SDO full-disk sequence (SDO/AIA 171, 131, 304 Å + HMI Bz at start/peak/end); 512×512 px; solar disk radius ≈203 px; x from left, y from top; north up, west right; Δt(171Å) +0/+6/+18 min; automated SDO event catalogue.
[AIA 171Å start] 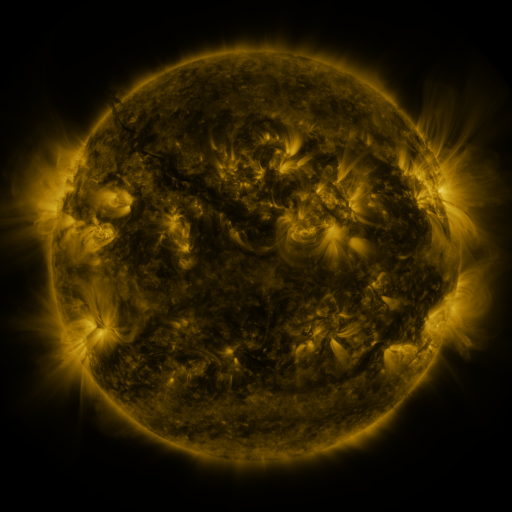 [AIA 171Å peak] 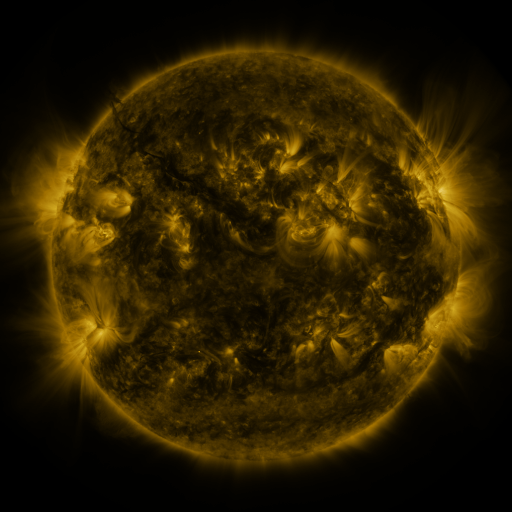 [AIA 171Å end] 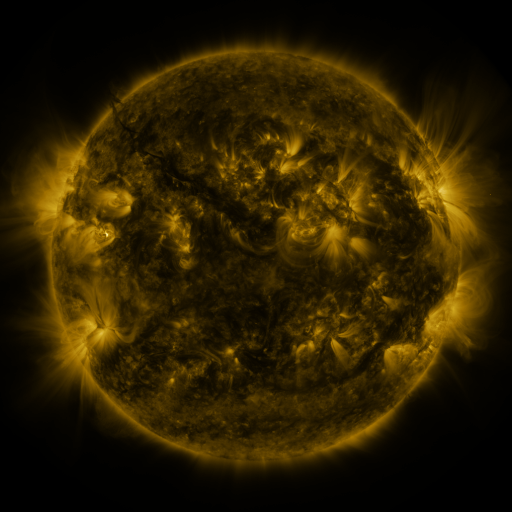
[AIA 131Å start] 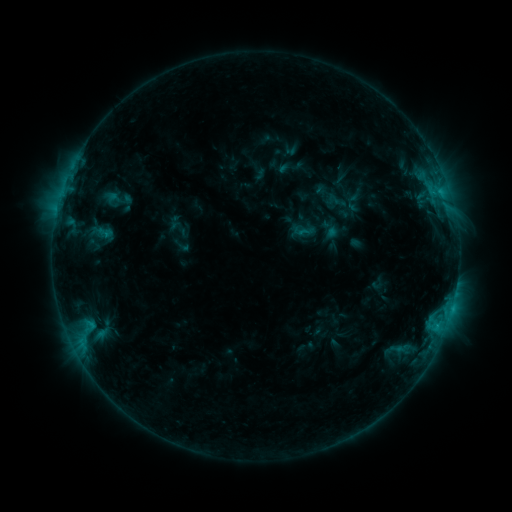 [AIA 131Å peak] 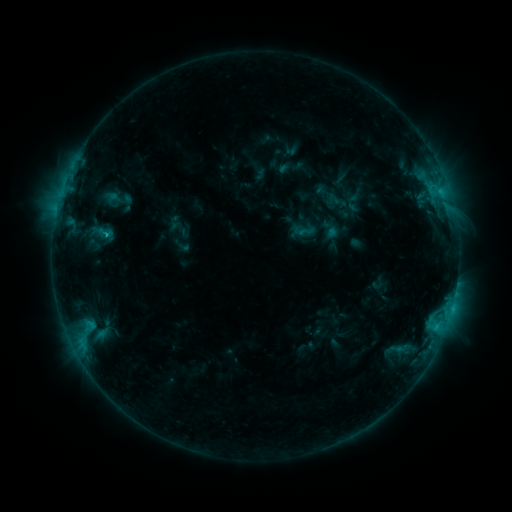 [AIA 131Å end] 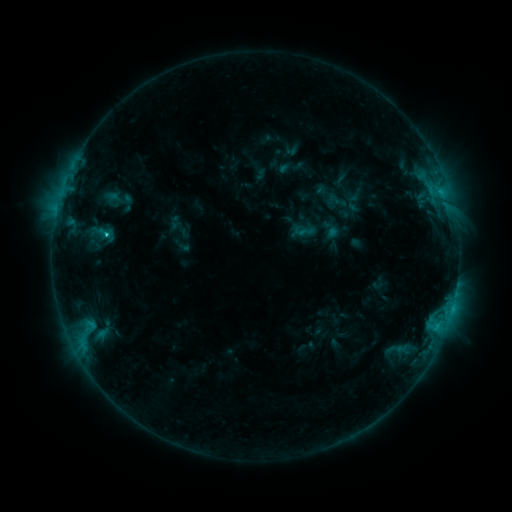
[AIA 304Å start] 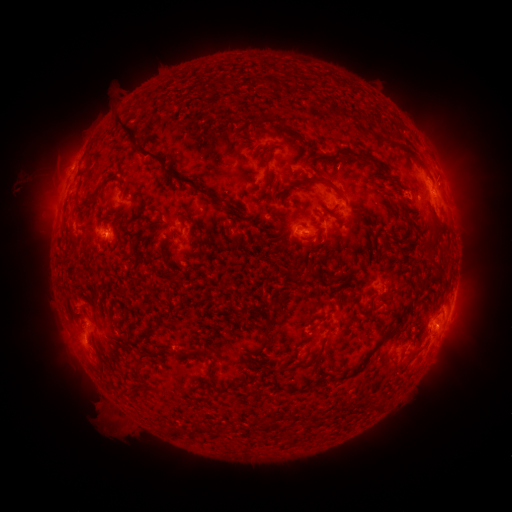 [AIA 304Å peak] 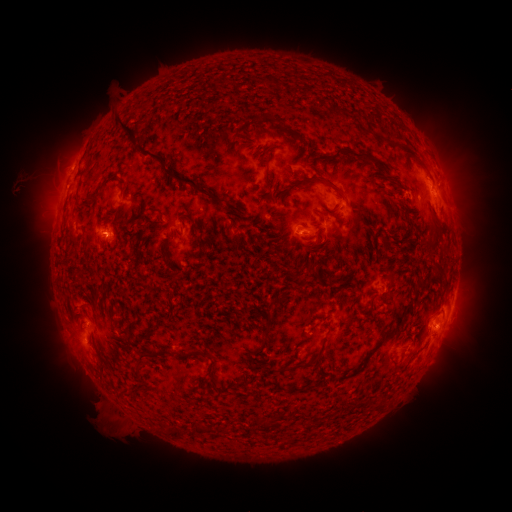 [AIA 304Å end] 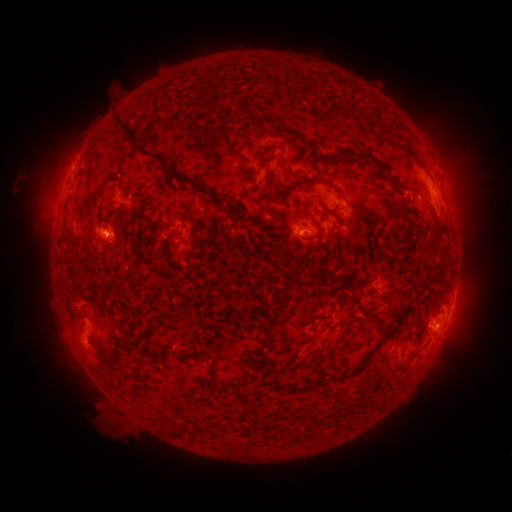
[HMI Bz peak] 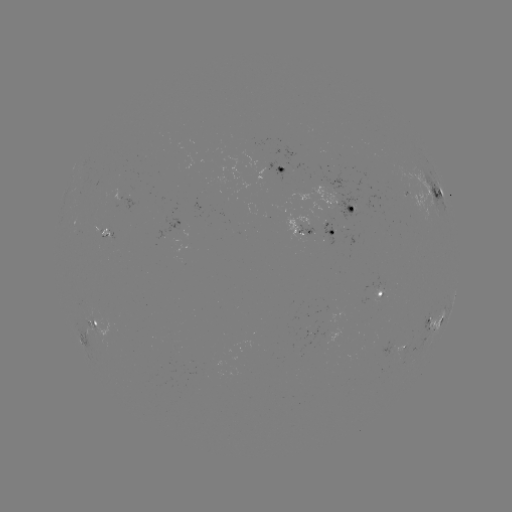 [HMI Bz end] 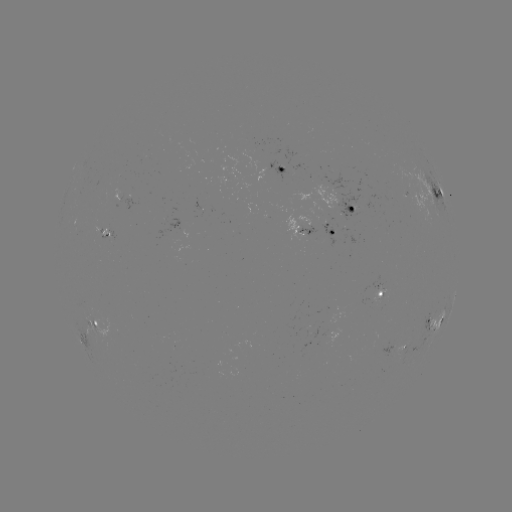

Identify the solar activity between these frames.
C1.9 flare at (452, 308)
